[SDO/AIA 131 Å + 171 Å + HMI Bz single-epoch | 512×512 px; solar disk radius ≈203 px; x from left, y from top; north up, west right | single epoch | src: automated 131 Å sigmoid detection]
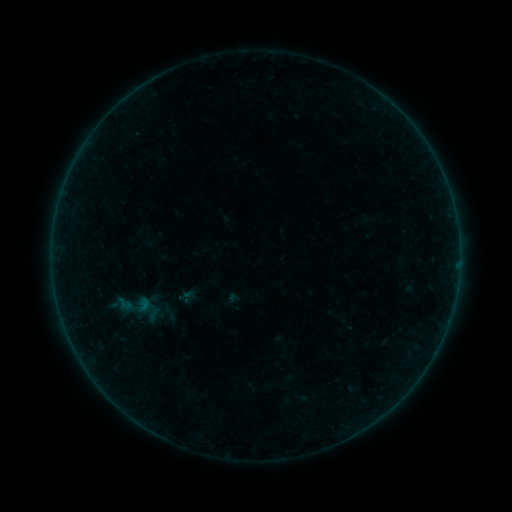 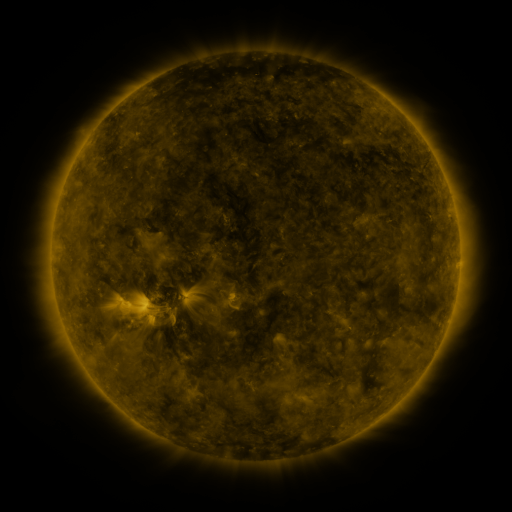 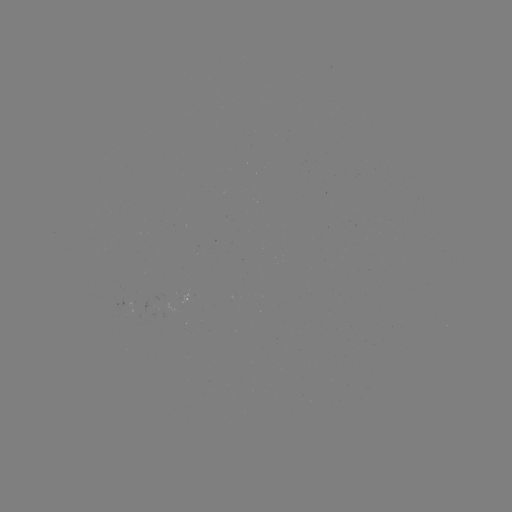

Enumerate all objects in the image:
sigmoid: (135, 308)
